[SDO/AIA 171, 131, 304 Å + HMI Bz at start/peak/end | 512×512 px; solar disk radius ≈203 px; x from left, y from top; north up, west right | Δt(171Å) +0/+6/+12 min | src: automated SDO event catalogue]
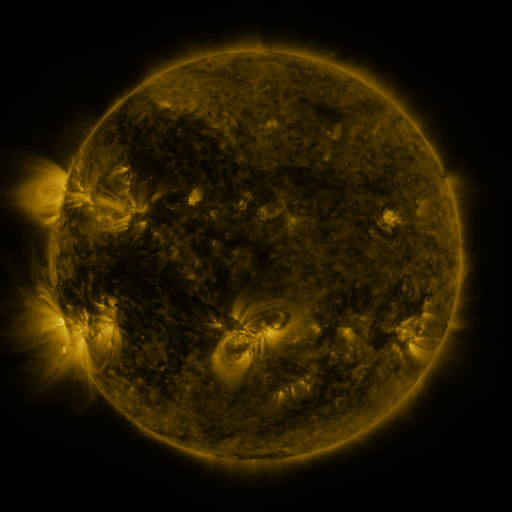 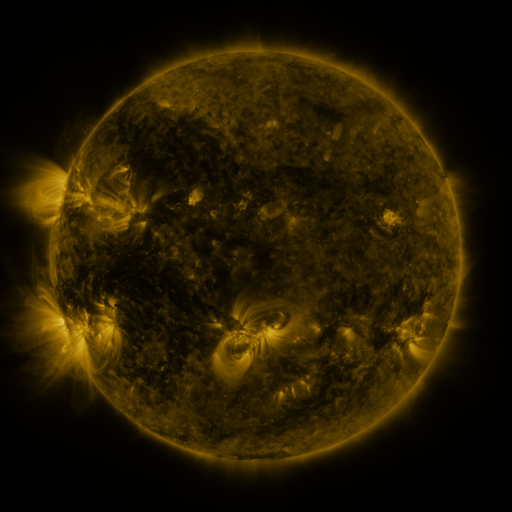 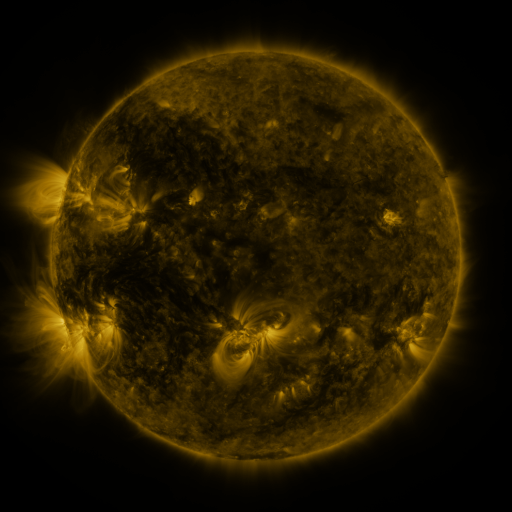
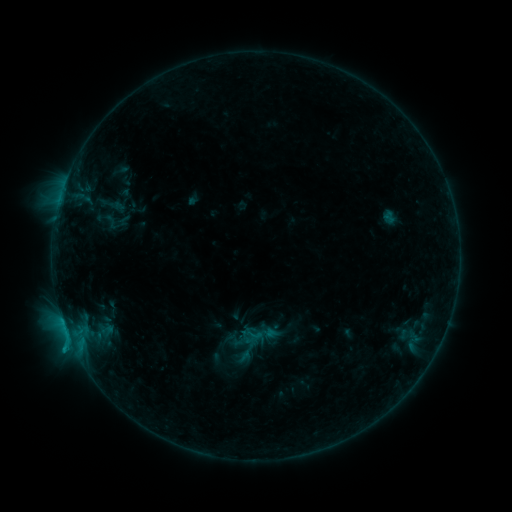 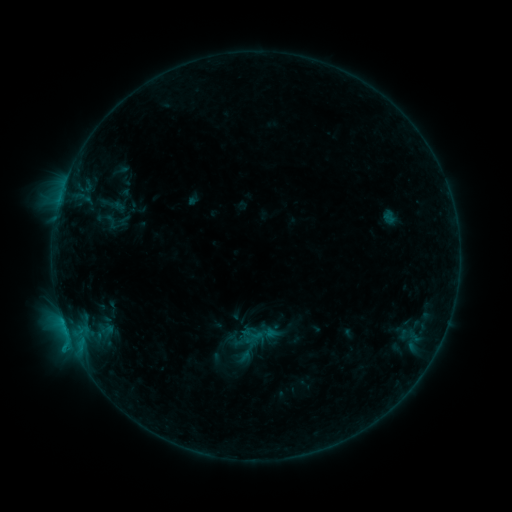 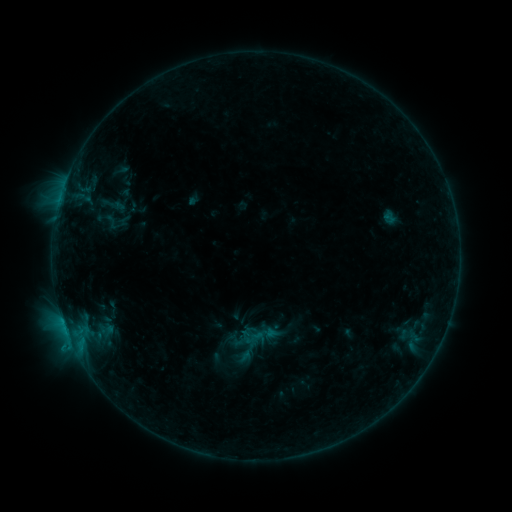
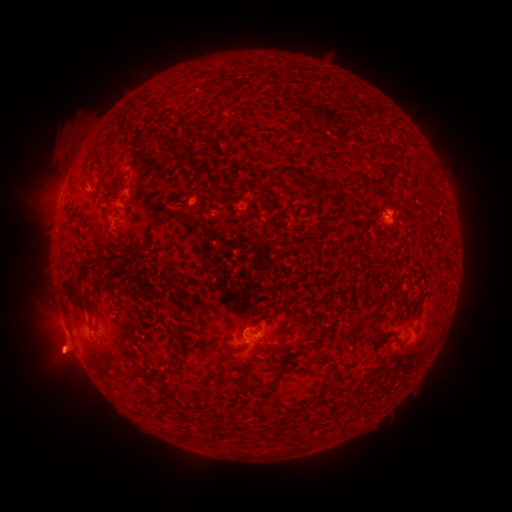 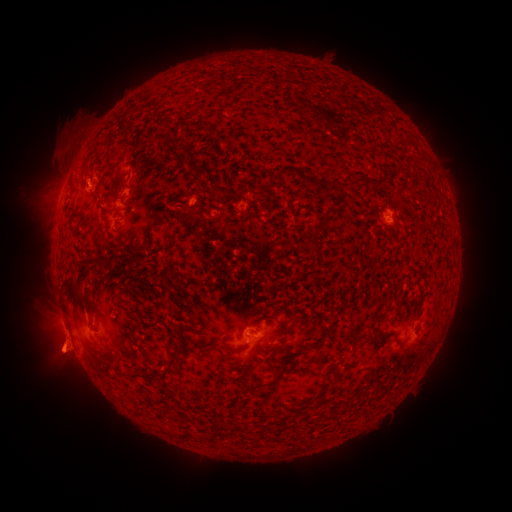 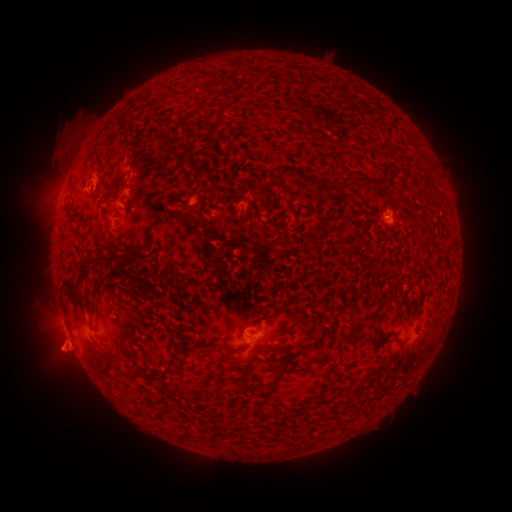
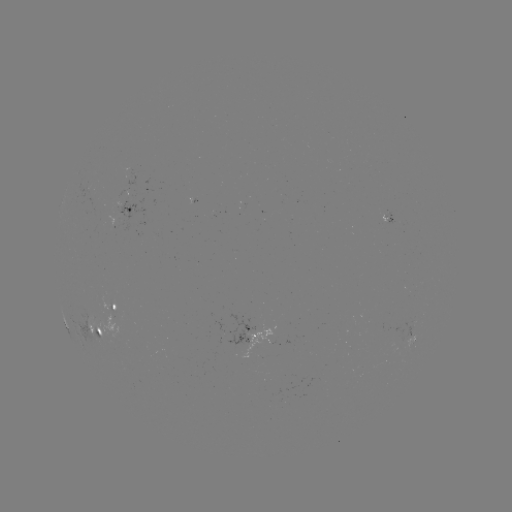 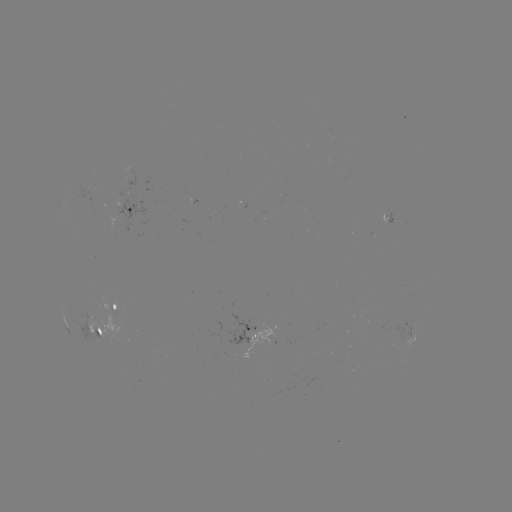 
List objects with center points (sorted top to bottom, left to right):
eruption: (93, 180)
